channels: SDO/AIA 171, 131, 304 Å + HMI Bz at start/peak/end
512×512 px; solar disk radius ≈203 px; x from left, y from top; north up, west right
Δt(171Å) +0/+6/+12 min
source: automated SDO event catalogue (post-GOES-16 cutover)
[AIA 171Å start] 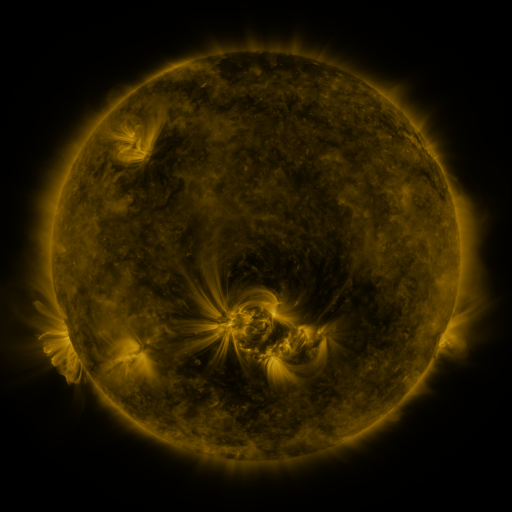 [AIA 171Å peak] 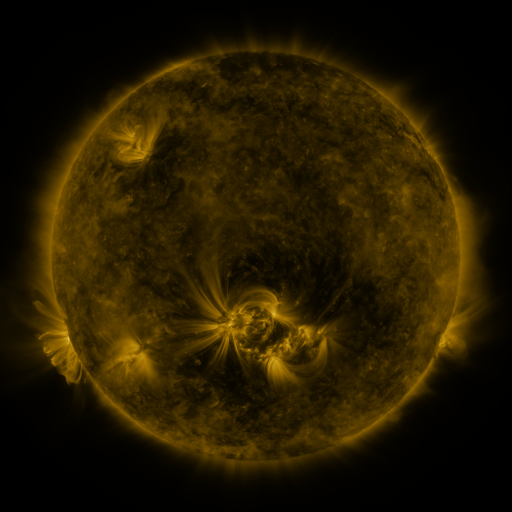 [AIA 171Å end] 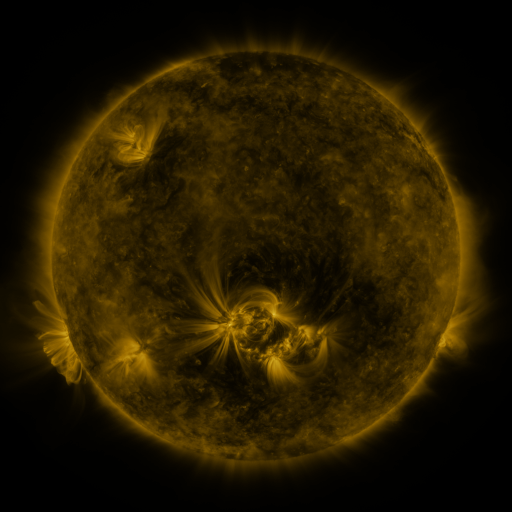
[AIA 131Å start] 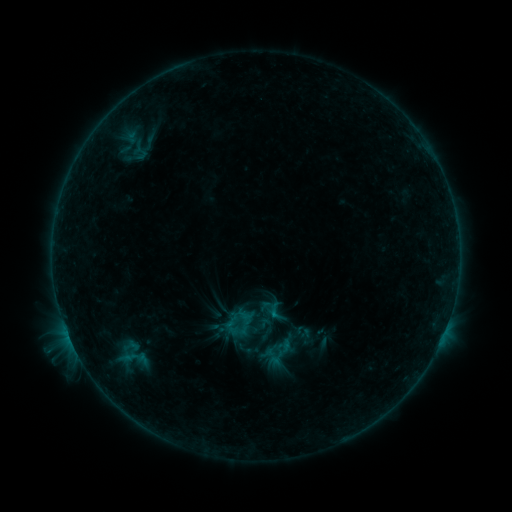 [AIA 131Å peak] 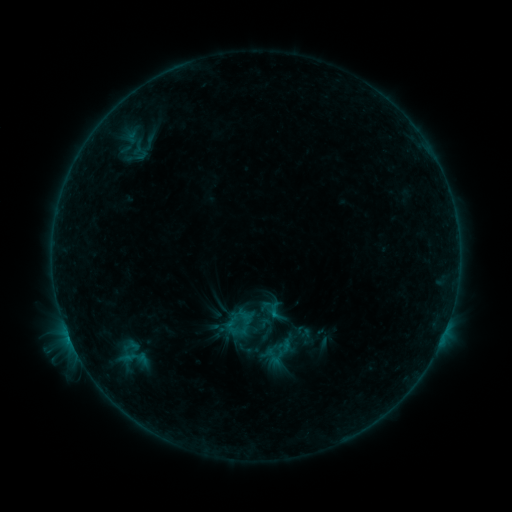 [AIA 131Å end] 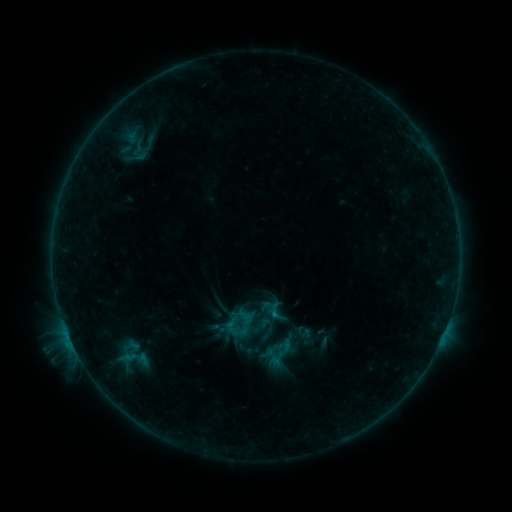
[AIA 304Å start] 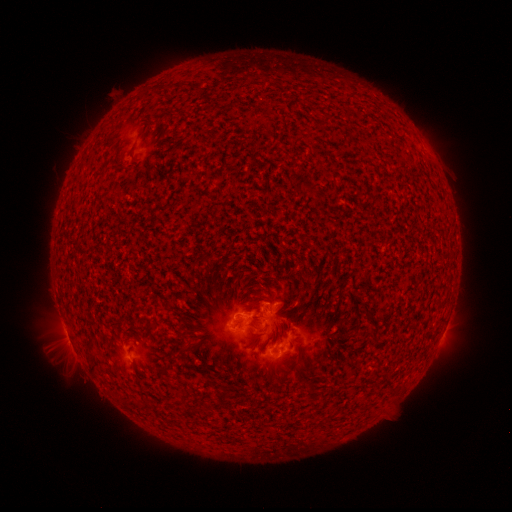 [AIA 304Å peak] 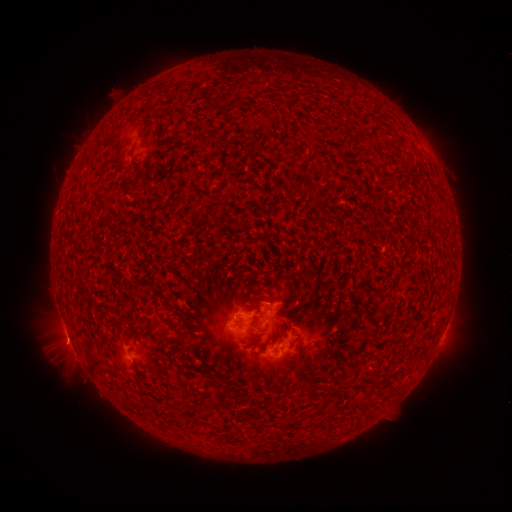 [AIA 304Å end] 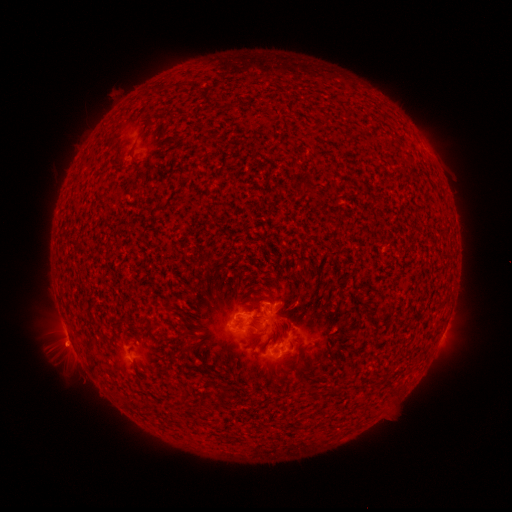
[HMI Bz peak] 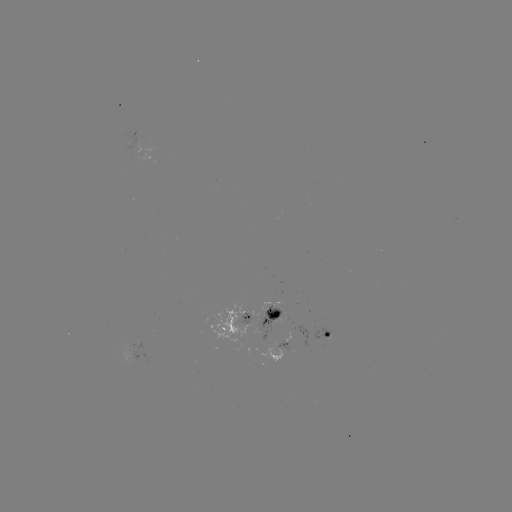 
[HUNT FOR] eruption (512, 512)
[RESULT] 70,346